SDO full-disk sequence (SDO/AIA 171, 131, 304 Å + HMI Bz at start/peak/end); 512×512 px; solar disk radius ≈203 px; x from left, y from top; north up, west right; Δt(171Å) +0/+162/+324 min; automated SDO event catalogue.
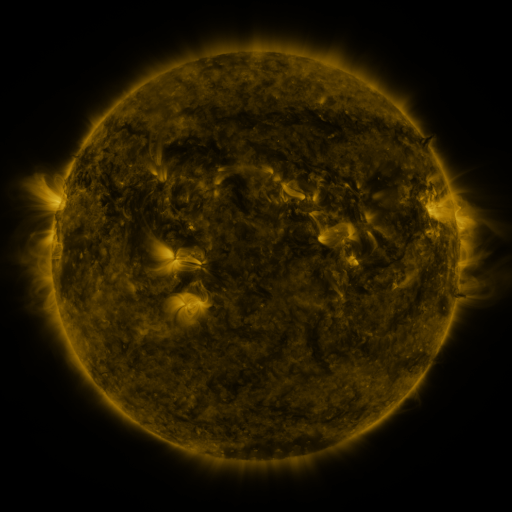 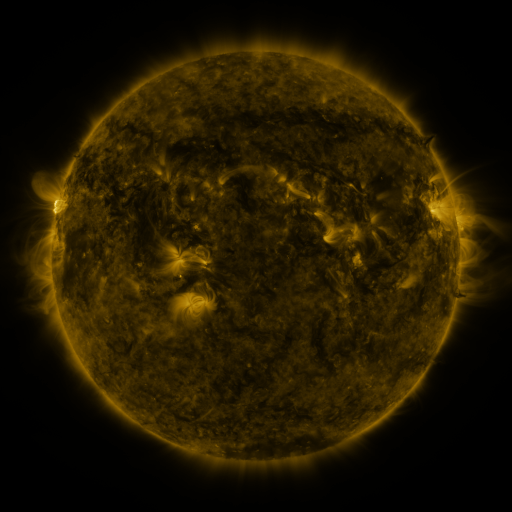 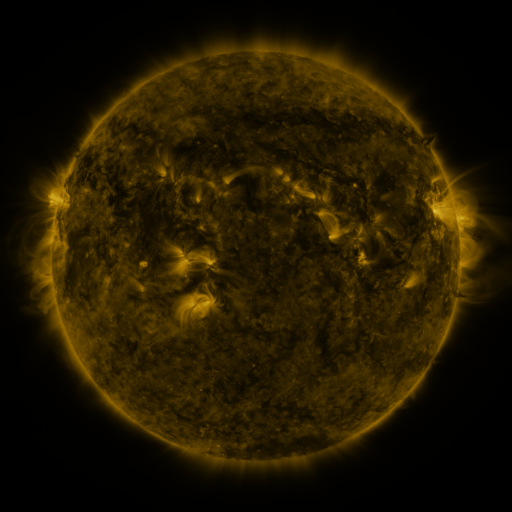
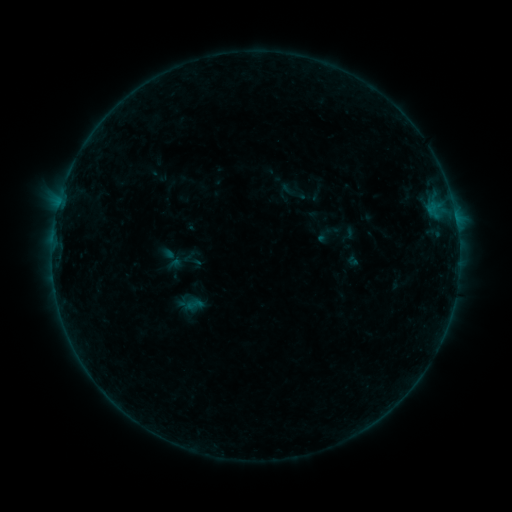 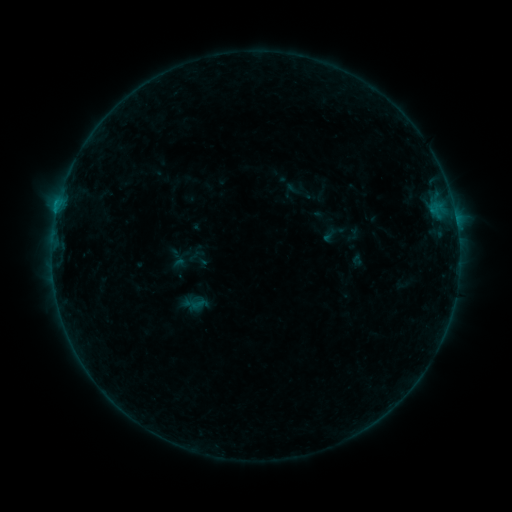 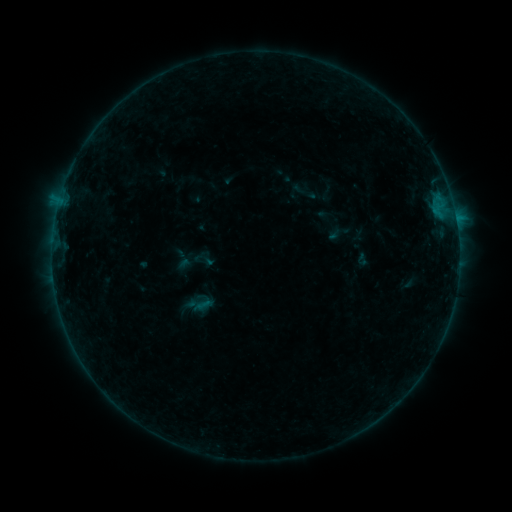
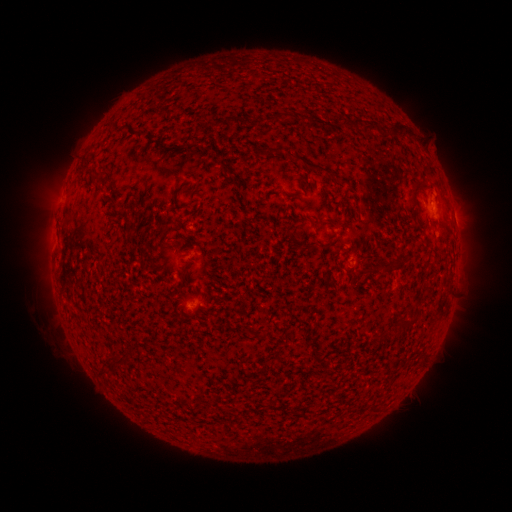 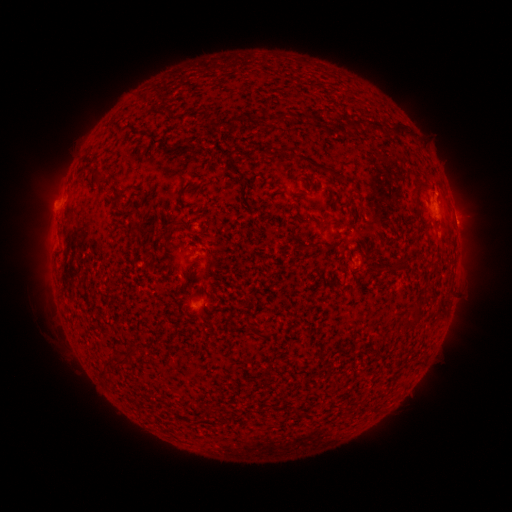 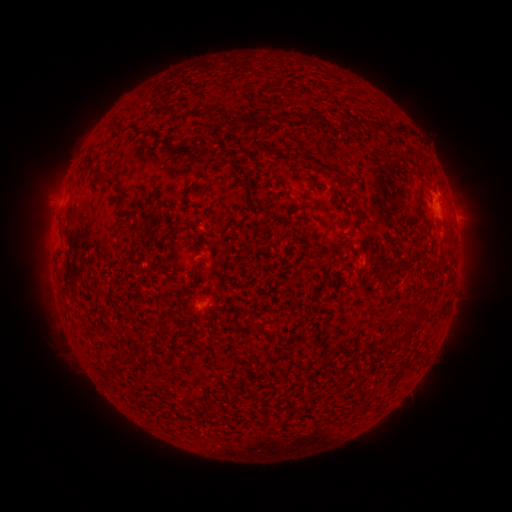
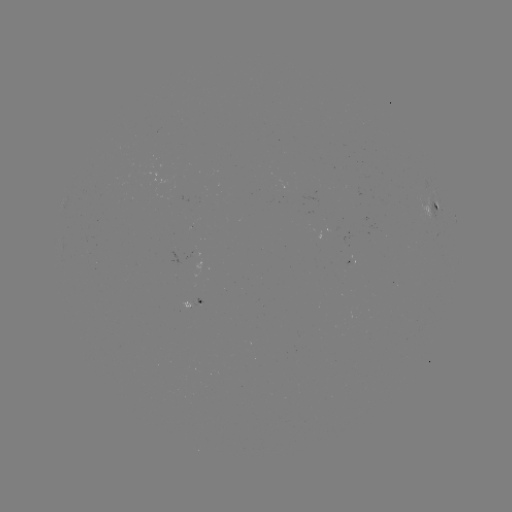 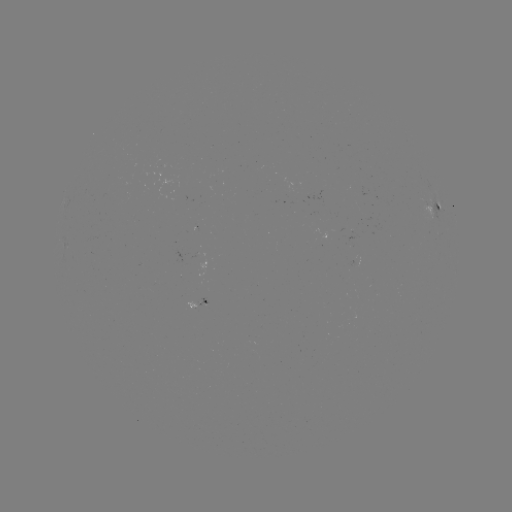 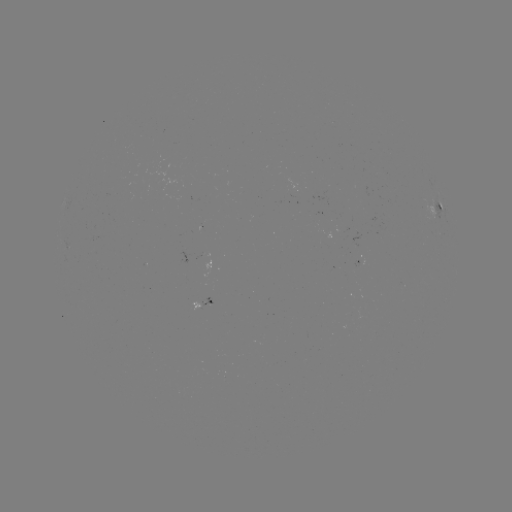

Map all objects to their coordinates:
filament eruption: (44, 200)
